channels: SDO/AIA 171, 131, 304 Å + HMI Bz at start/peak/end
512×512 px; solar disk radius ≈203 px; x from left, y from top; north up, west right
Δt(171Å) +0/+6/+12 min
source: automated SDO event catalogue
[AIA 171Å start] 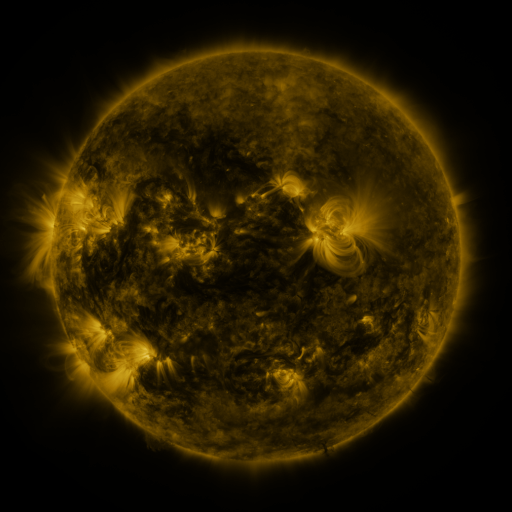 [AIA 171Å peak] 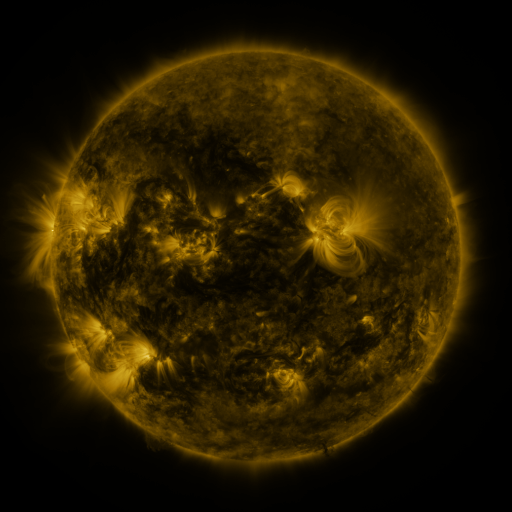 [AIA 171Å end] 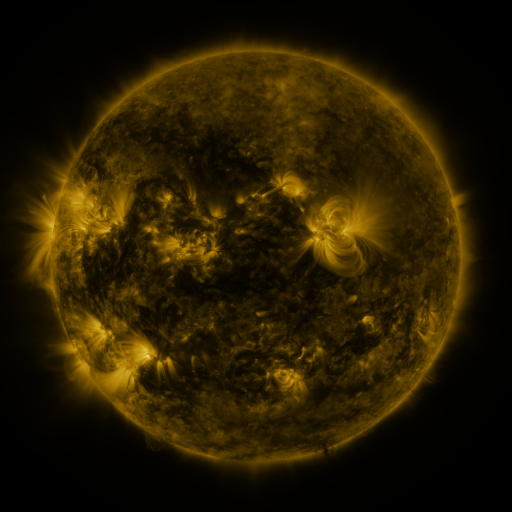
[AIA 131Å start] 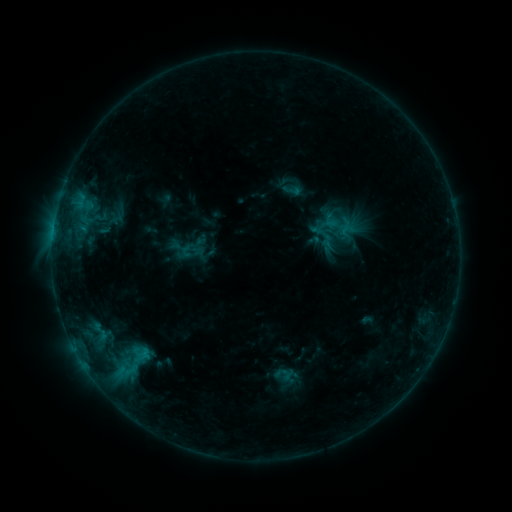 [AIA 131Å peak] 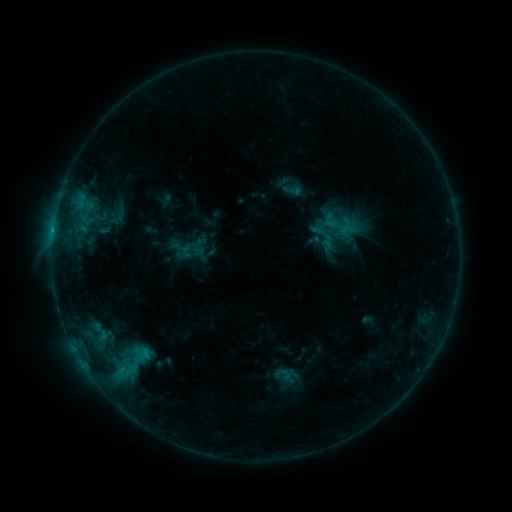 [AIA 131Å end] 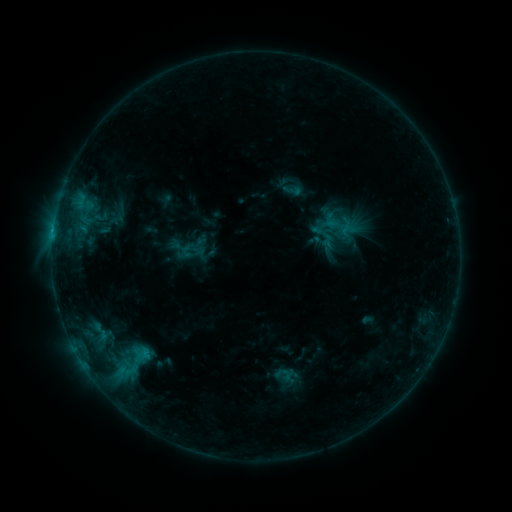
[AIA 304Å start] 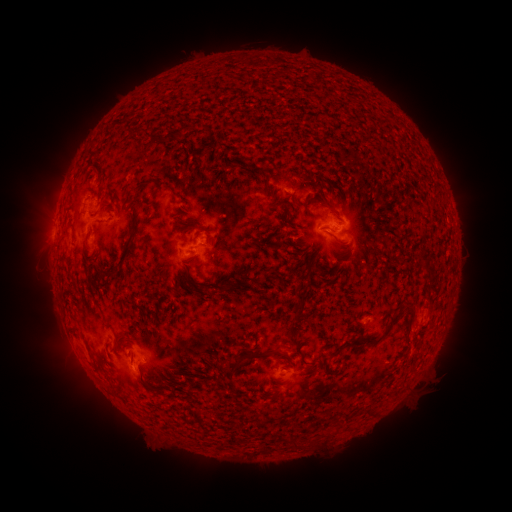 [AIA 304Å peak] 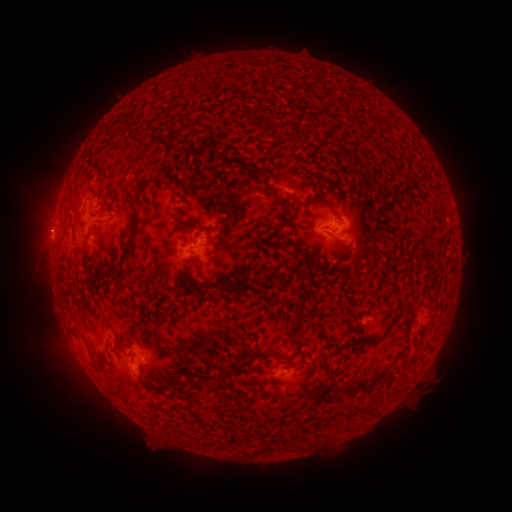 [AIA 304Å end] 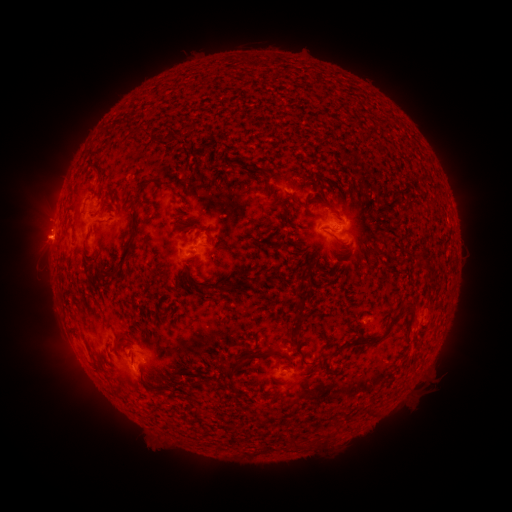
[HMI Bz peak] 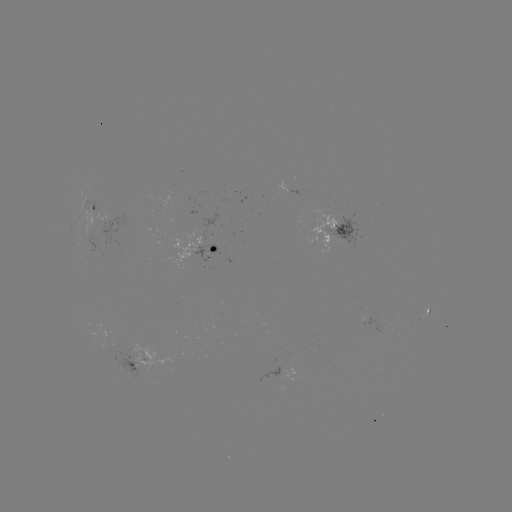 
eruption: <bbox>15, 204, 70, 251</bbox>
